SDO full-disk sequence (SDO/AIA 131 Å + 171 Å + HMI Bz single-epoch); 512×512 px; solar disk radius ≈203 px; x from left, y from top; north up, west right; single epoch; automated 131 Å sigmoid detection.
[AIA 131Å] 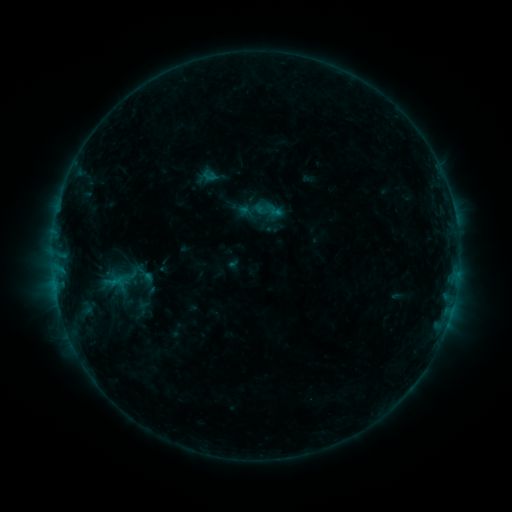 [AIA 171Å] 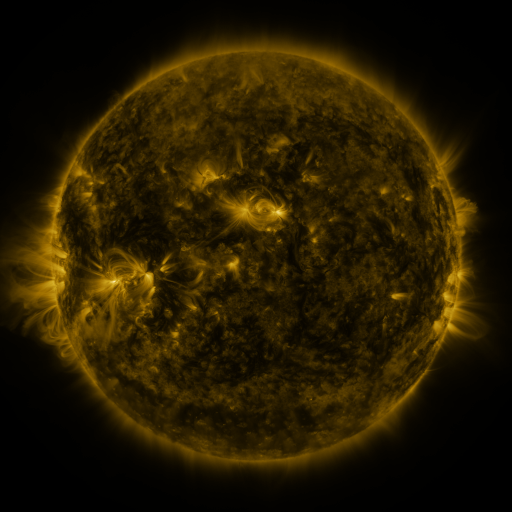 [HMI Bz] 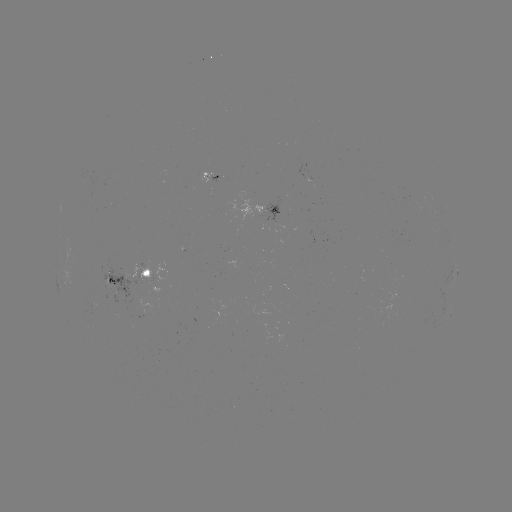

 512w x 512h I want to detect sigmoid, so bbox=[254, 201, 273, 220].